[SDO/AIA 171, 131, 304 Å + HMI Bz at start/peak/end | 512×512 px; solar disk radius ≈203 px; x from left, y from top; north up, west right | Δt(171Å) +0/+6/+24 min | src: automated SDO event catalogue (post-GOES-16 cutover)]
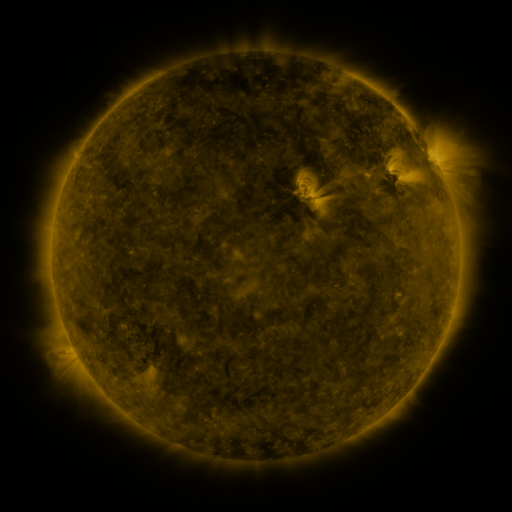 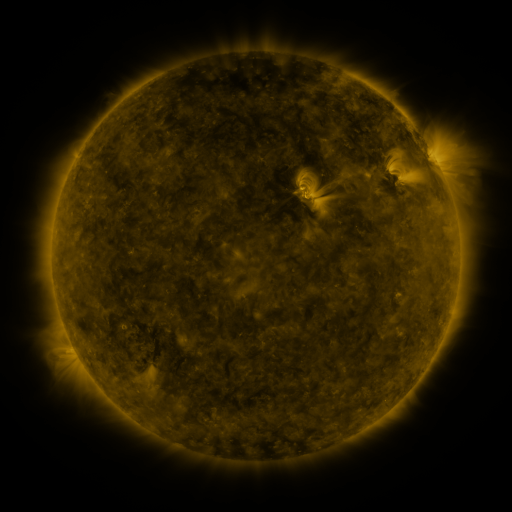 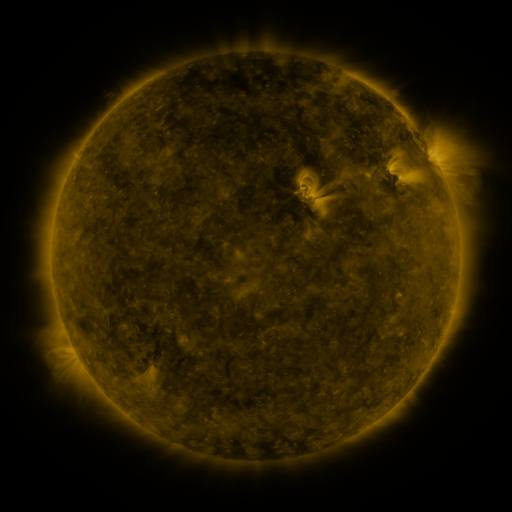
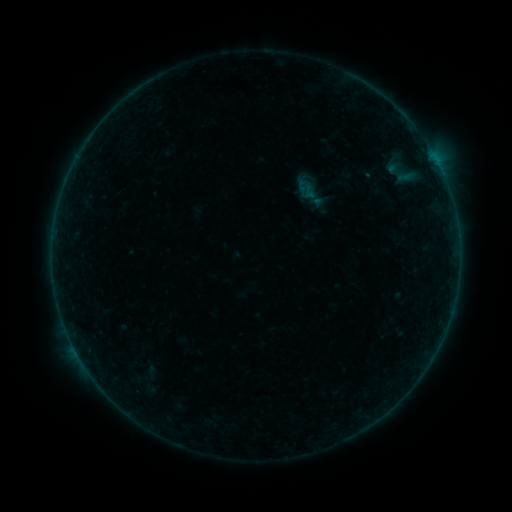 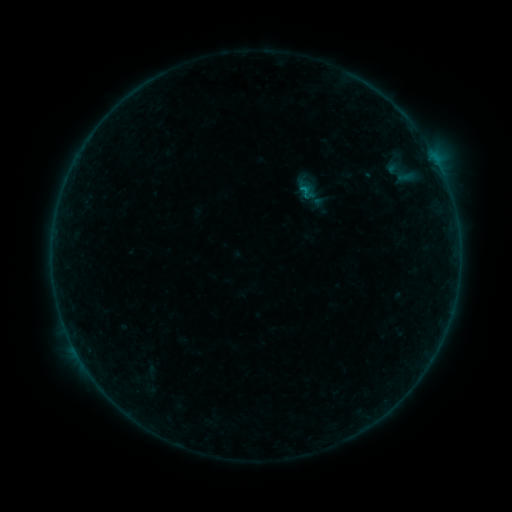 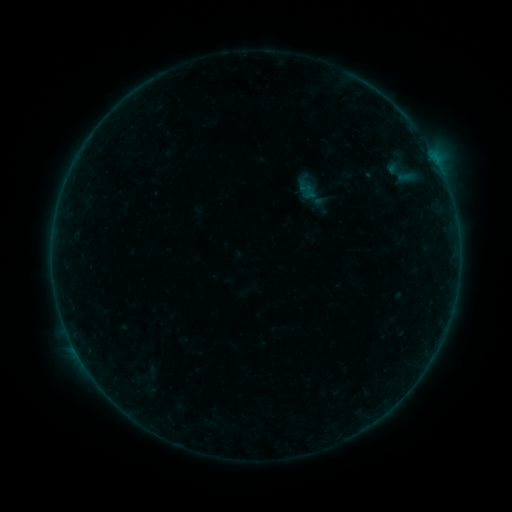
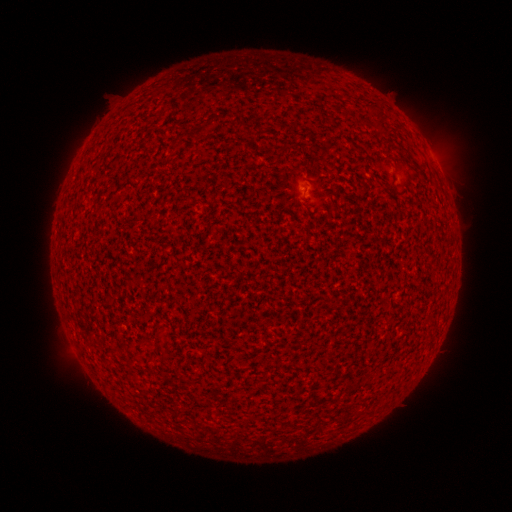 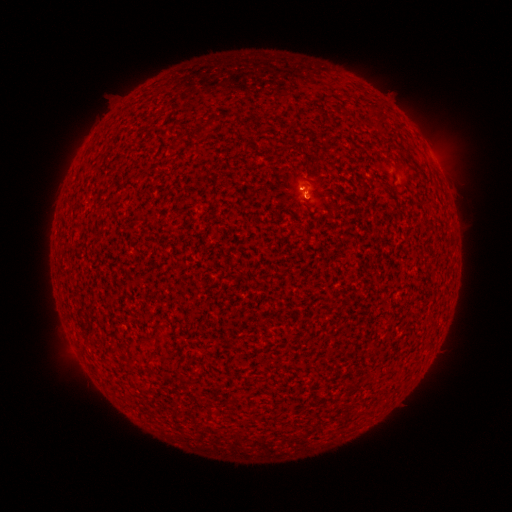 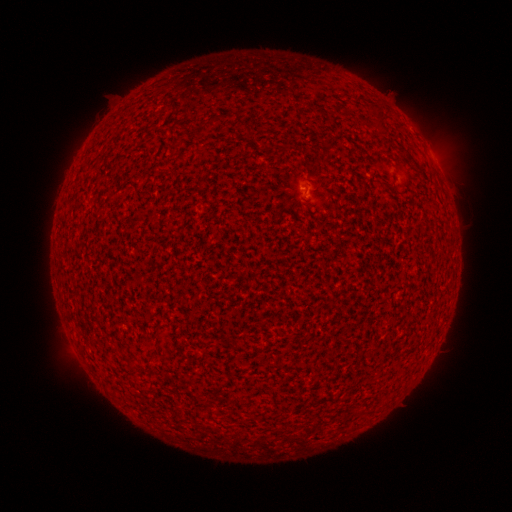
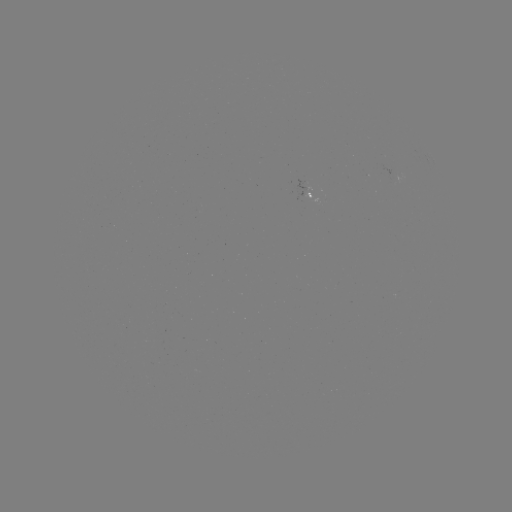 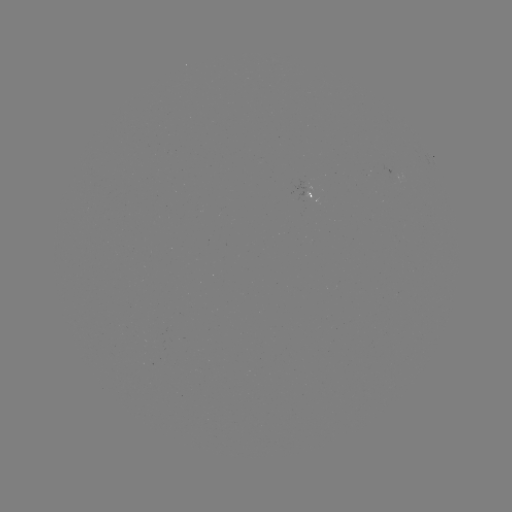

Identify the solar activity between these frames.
B2.3 flare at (303, 190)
